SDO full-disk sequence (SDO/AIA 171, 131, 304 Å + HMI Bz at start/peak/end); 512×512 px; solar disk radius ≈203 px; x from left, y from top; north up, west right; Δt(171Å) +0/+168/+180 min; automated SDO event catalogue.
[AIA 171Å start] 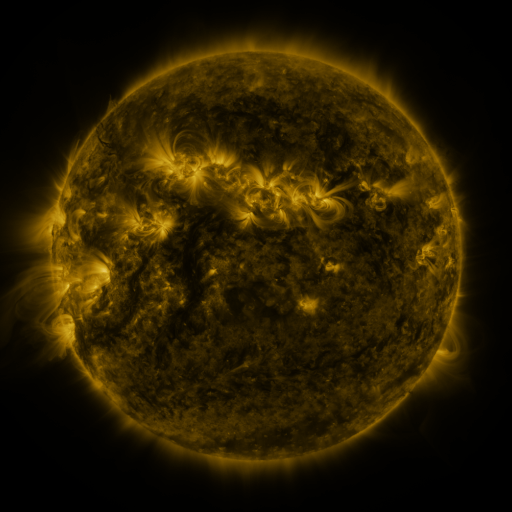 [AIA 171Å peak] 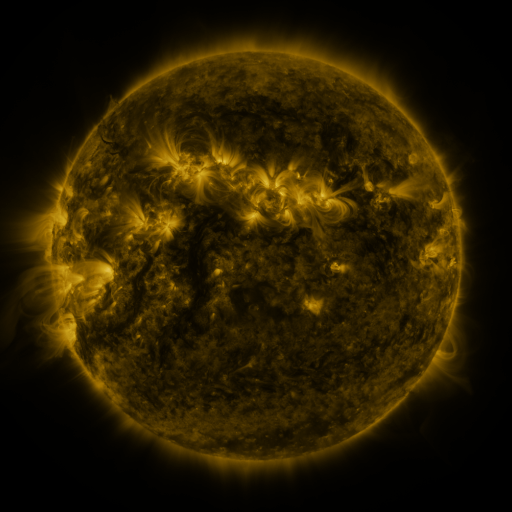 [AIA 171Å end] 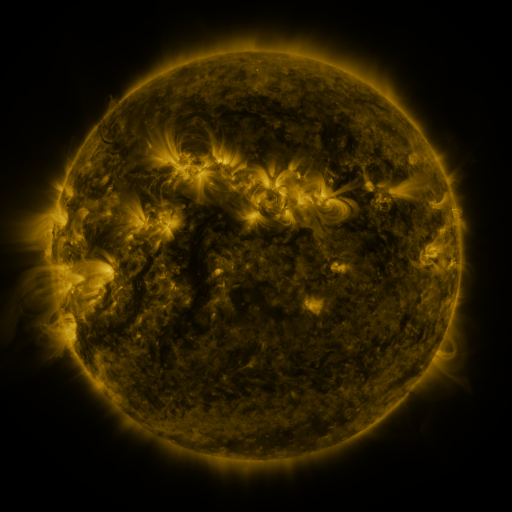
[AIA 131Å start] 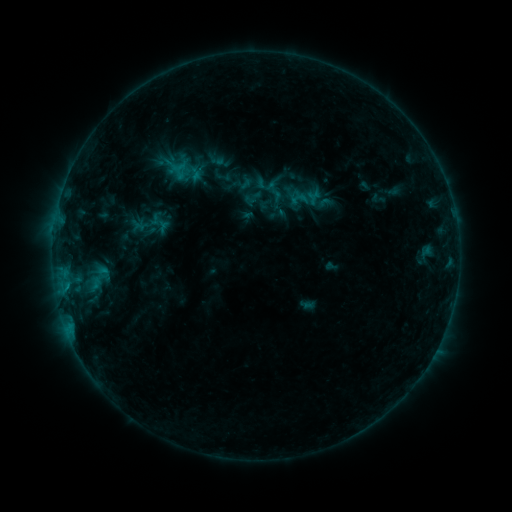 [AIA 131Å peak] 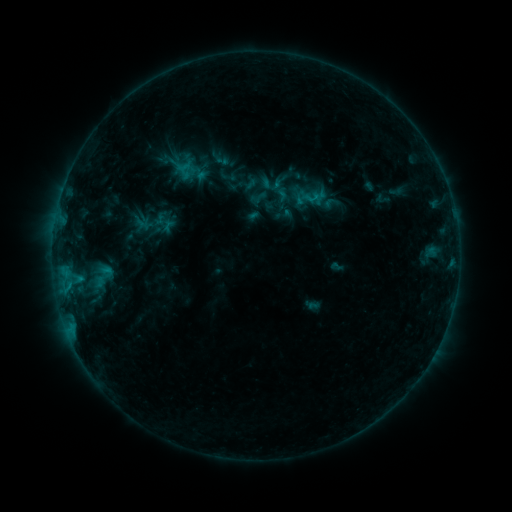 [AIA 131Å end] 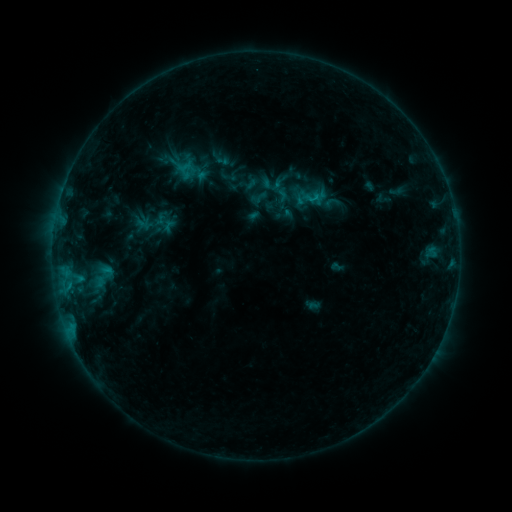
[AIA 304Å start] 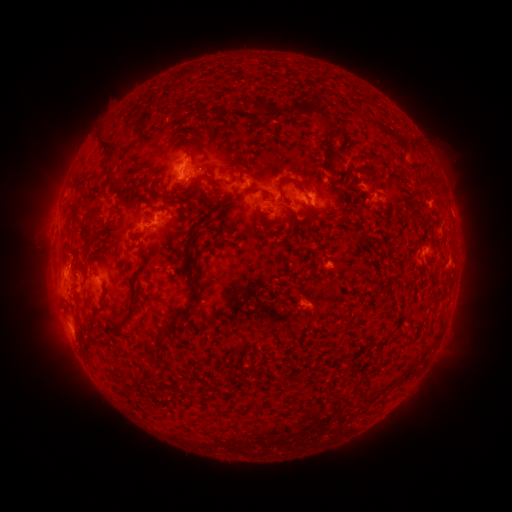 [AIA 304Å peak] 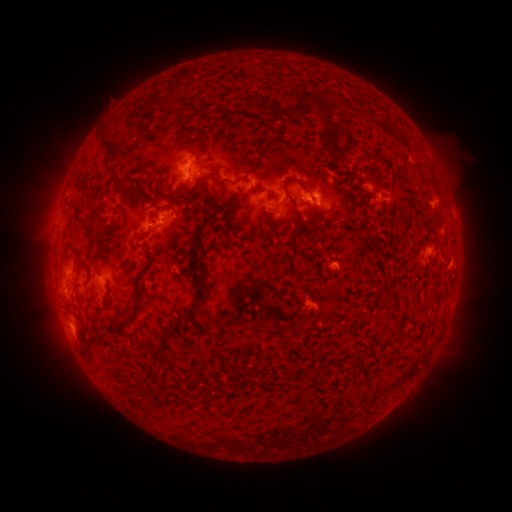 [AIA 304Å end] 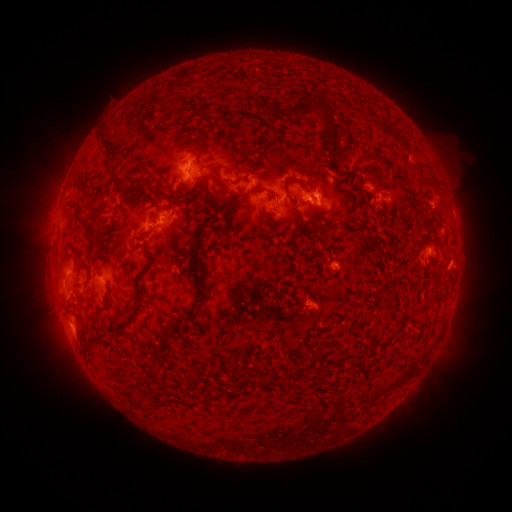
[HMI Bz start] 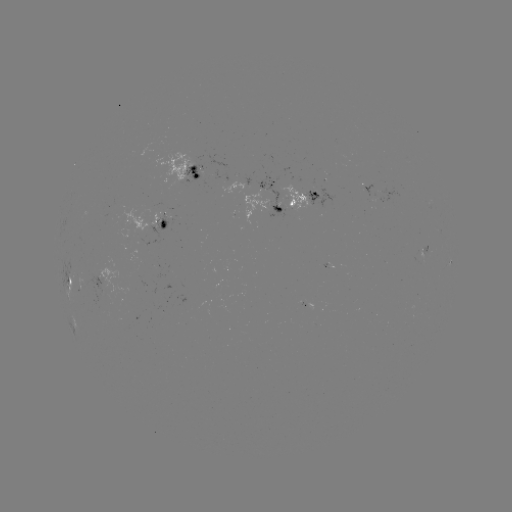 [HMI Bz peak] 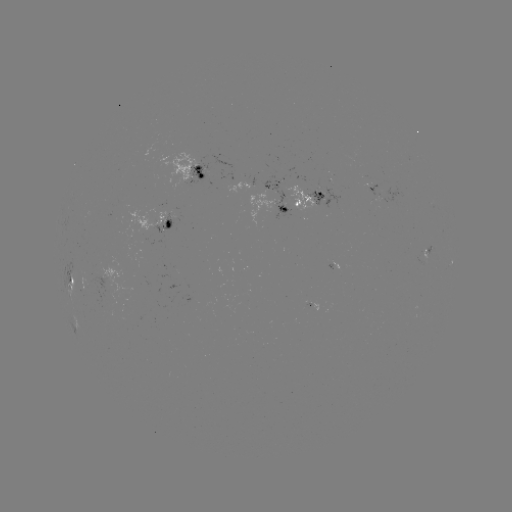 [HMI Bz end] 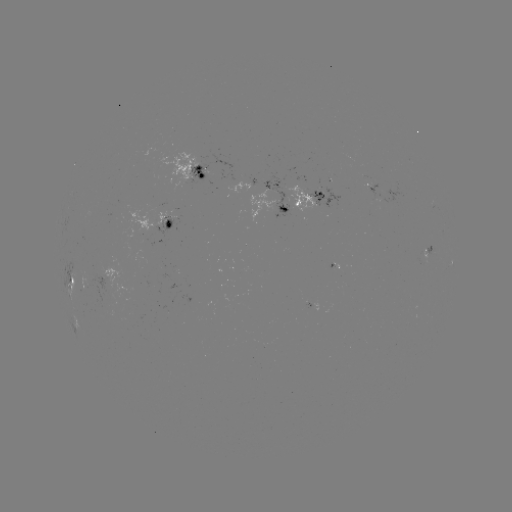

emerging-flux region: (306, 186, 341, 209)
